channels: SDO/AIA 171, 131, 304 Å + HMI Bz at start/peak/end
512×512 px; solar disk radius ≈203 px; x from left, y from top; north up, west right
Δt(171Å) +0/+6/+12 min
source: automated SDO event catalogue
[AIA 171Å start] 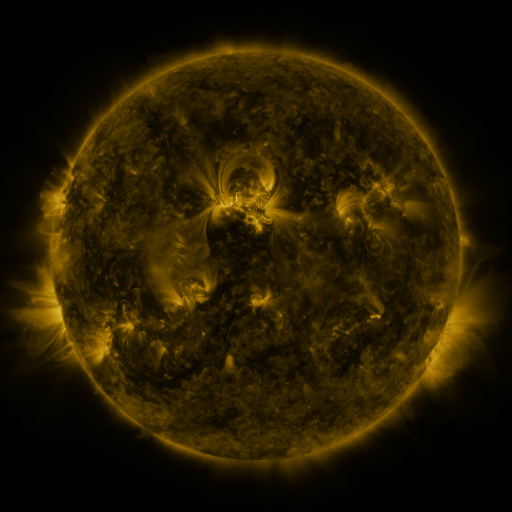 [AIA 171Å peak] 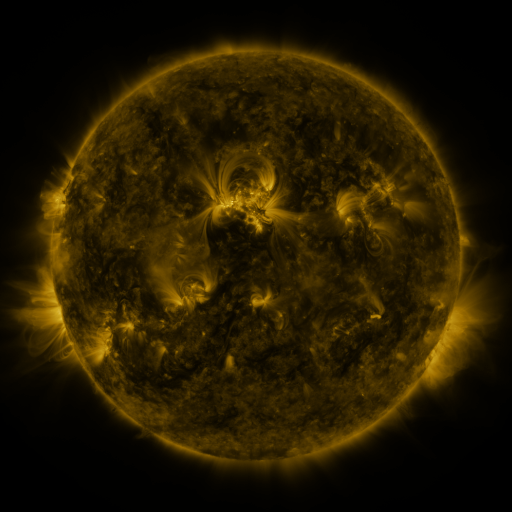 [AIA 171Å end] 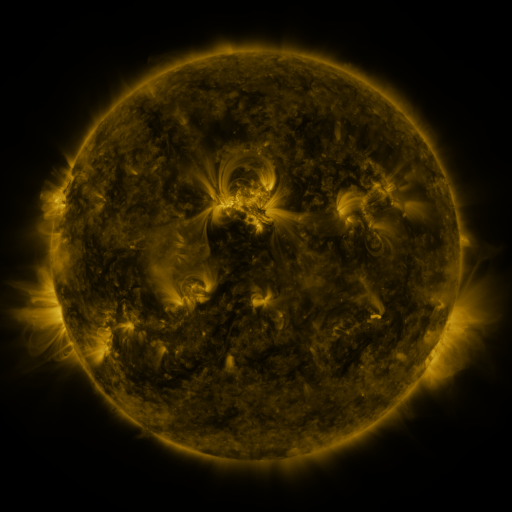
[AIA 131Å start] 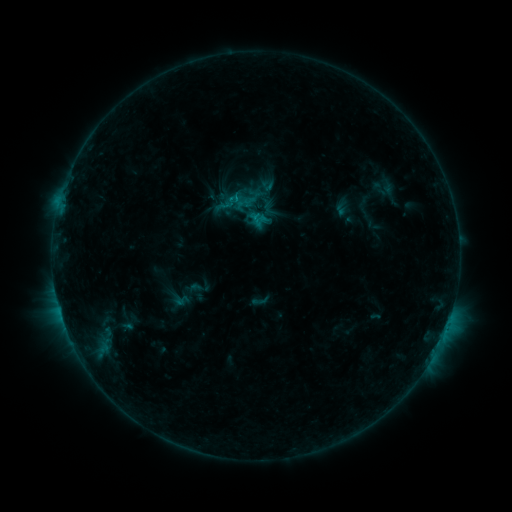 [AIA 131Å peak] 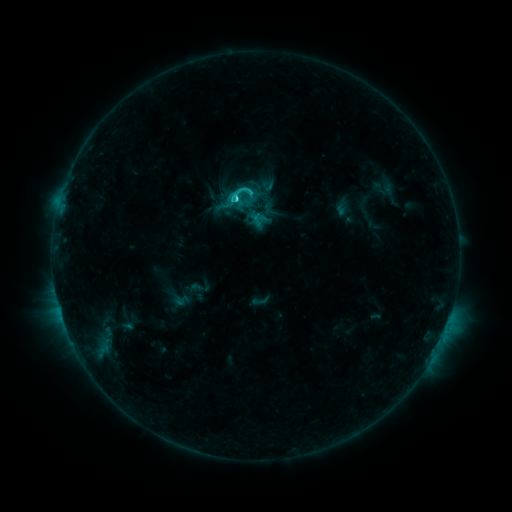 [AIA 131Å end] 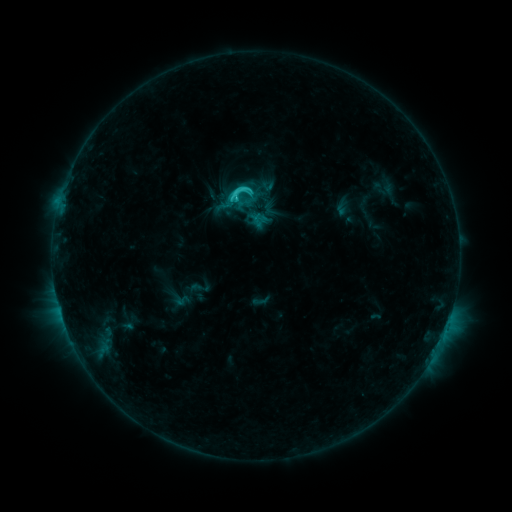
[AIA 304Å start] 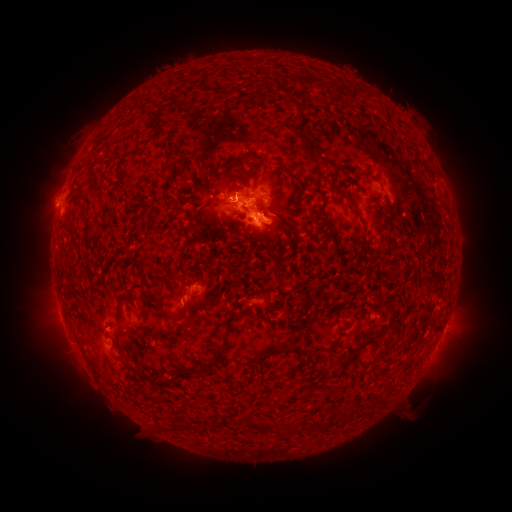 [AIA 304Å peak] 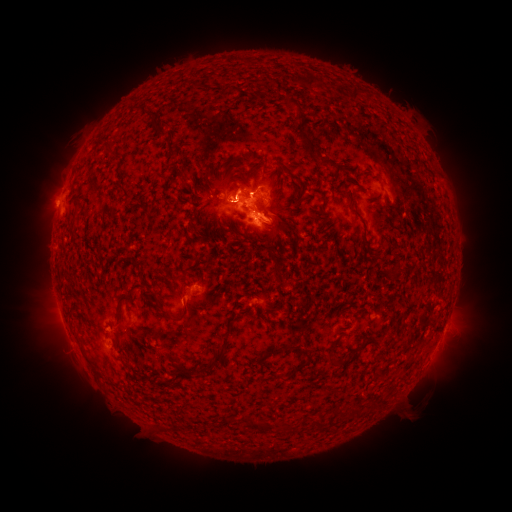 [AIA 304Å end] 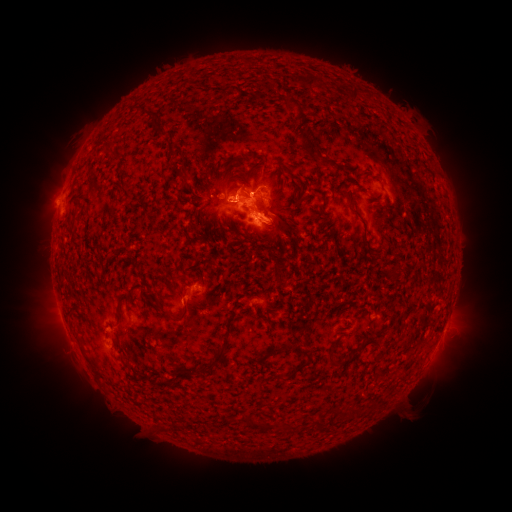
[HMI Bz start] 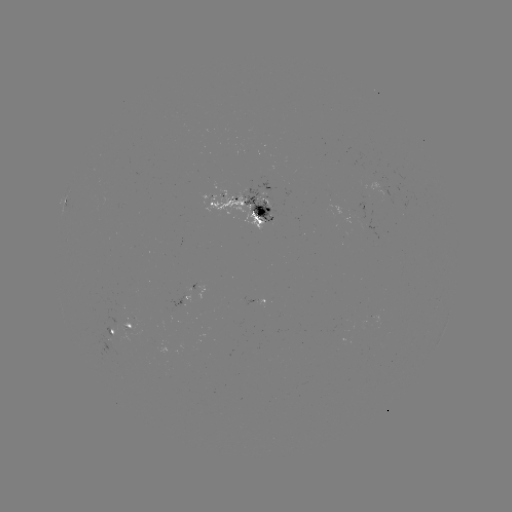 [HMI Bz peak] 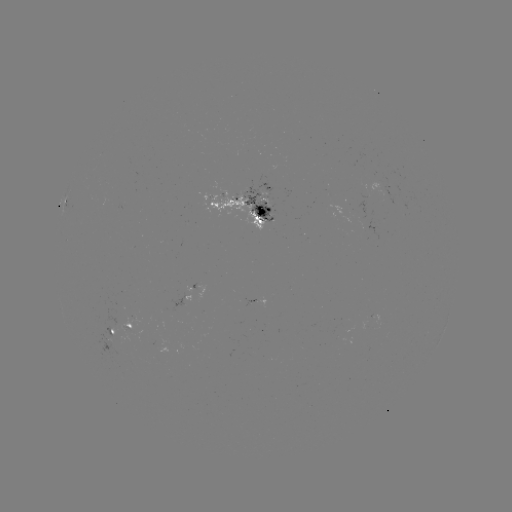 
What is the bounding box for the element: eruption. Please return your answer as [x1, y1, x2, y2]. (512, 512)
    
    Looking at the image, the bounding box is [197, 155, 261, 244].